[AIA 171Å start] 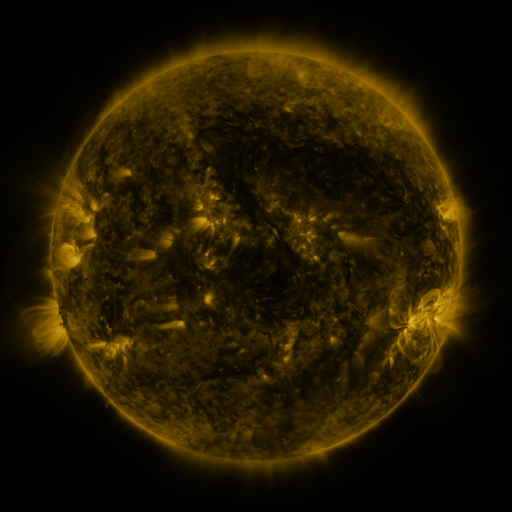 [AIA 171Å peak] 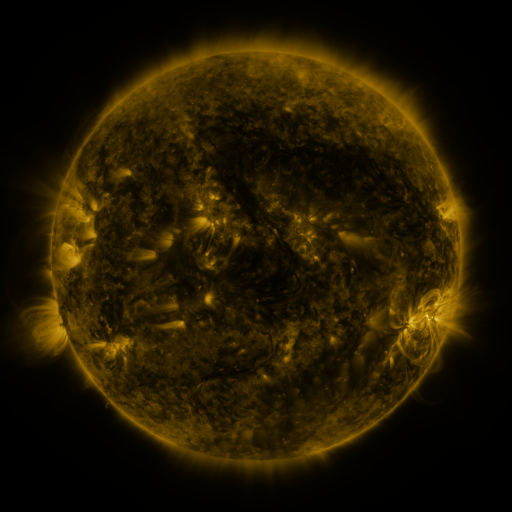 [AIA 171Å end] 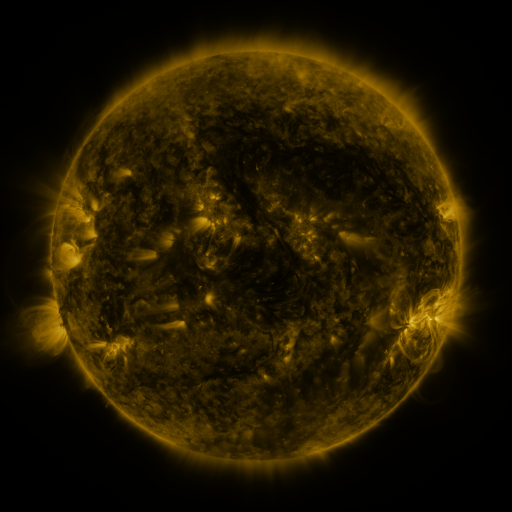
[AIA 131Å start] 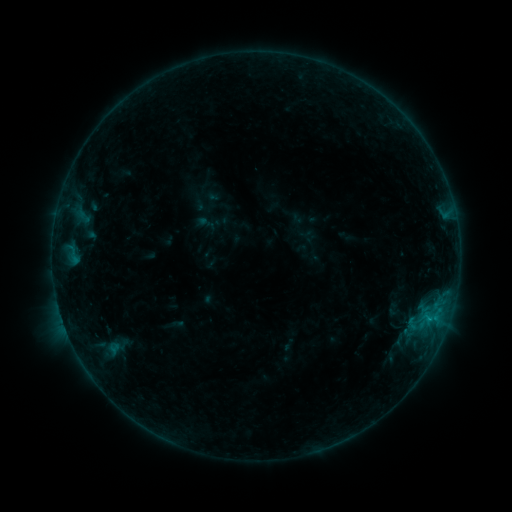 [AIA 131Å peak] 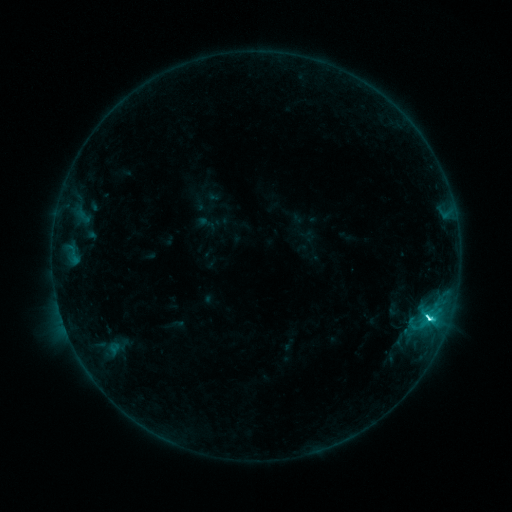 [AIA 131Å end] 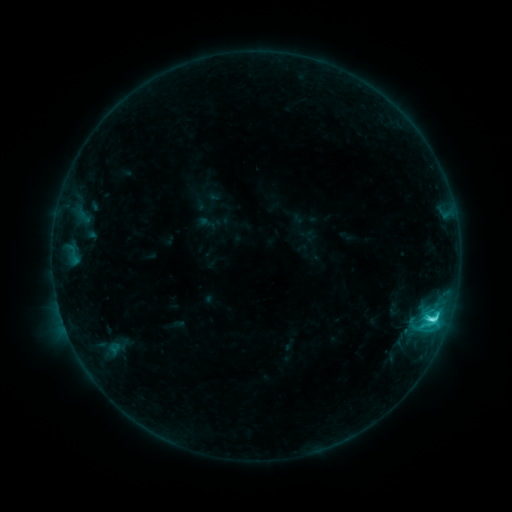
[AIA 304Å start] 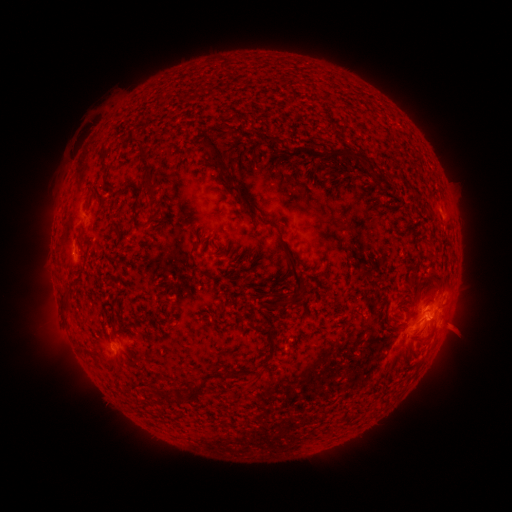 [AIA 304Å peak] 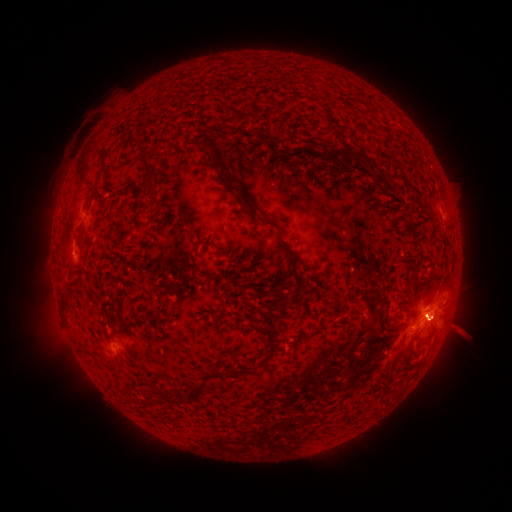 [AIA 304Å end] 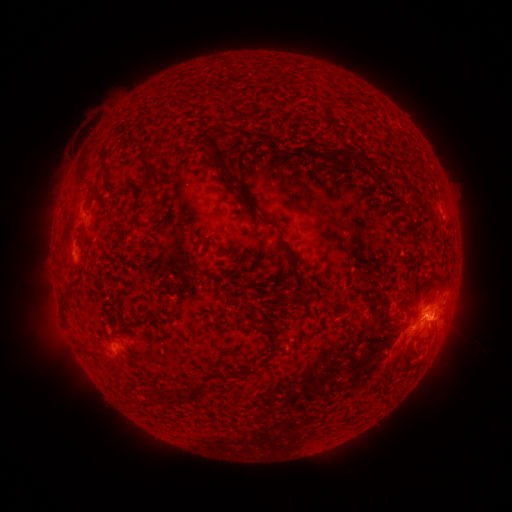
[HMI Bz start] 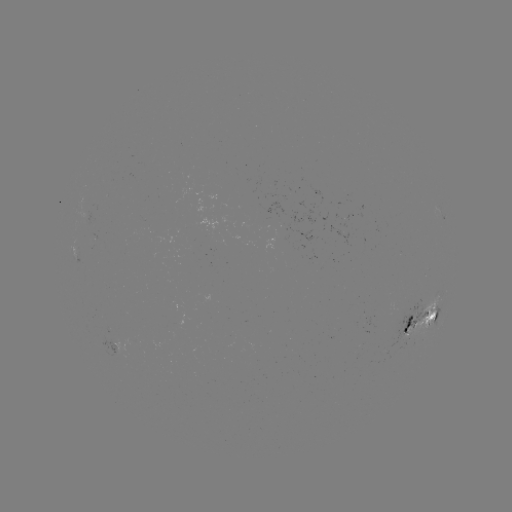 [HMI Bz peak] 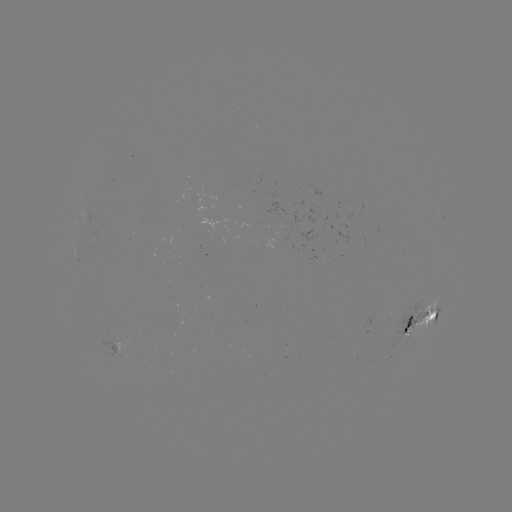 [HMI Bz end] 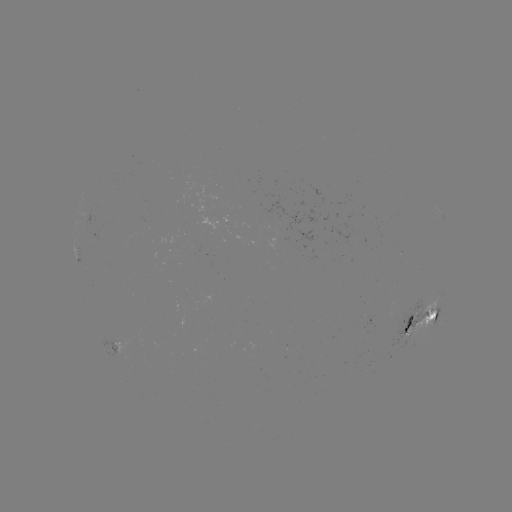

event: flare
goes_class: C8.0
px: (428, 316)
